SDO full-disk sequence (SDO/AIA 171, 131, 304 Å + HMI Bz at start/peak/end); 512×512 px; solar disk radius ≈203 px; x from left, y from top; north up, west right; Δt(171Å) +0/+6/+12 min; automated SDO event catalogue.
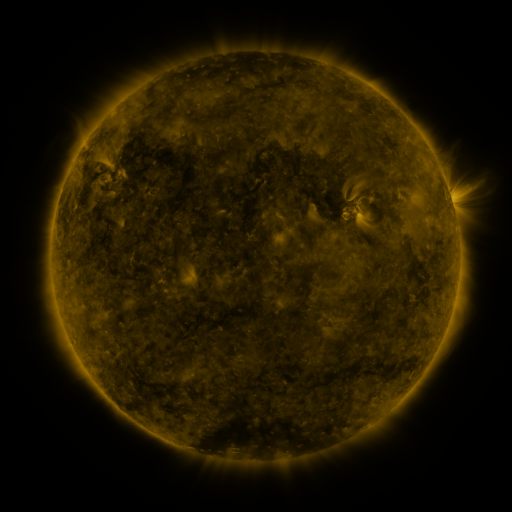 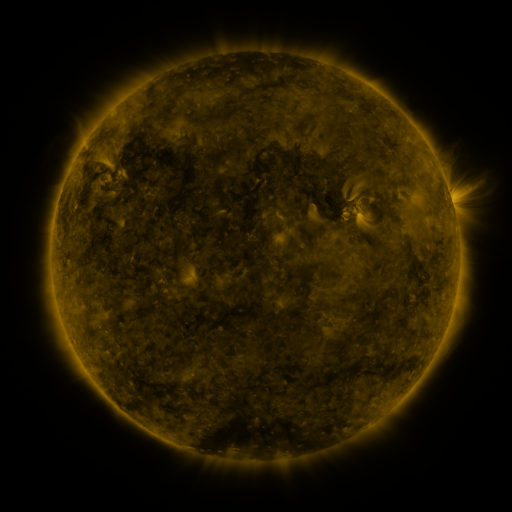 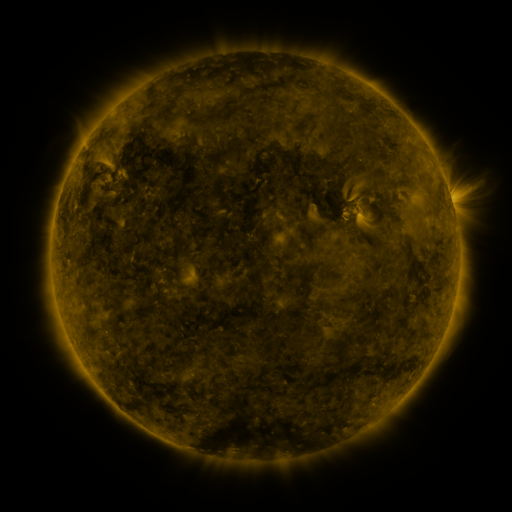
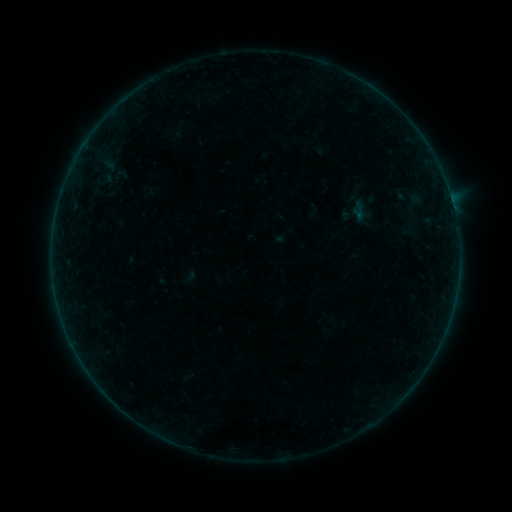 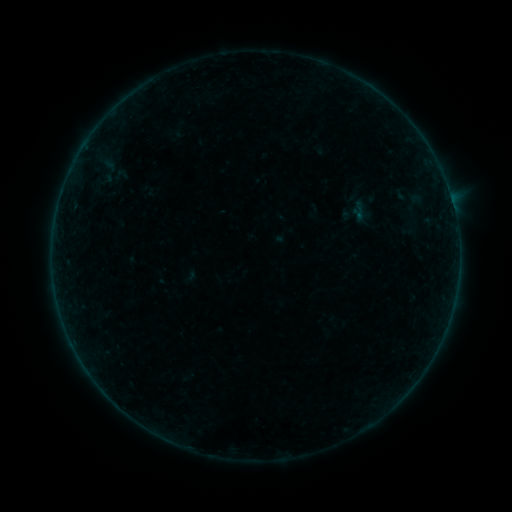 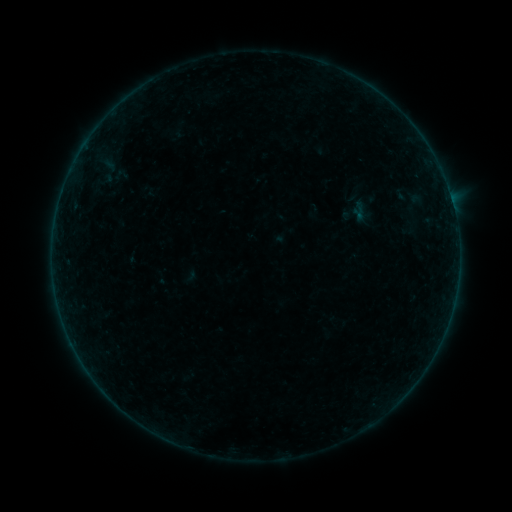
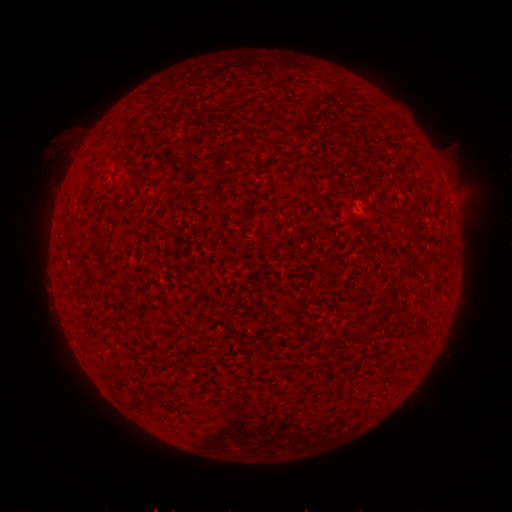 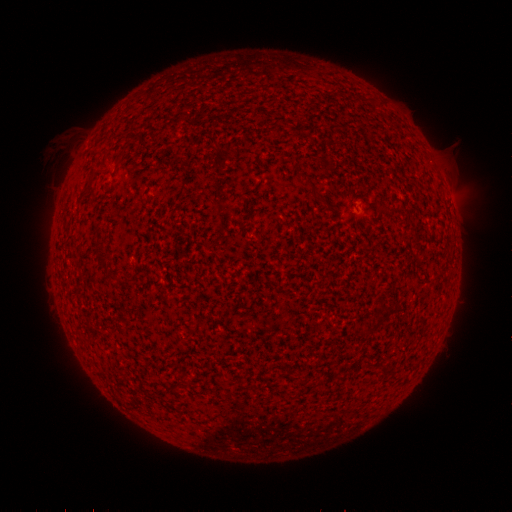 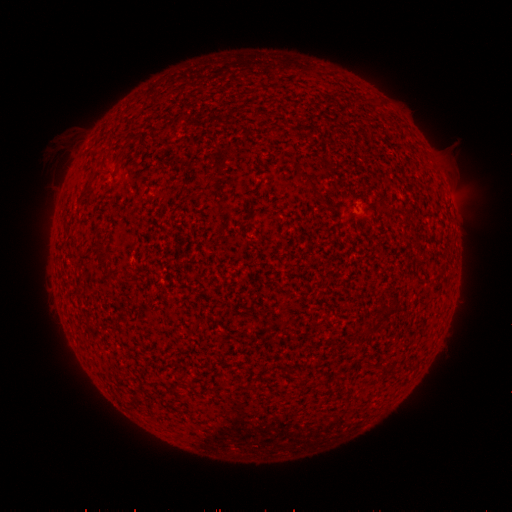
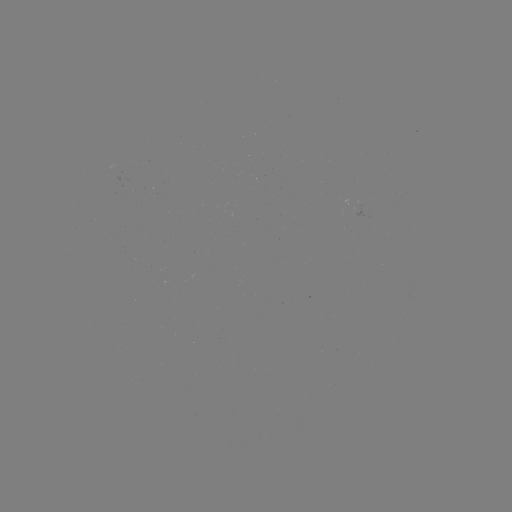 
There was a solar flare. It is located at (452, 205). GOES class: B2.4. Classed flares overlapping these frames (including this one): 1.